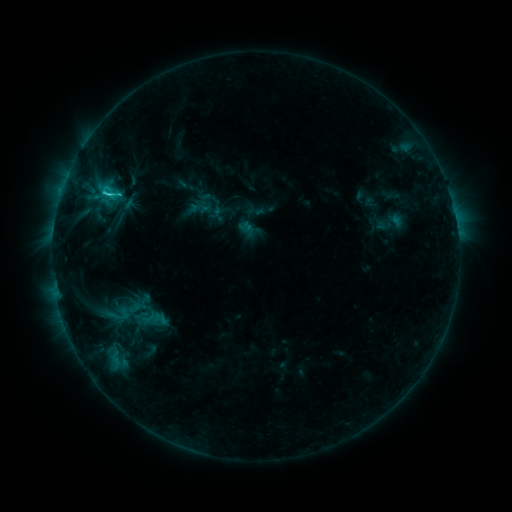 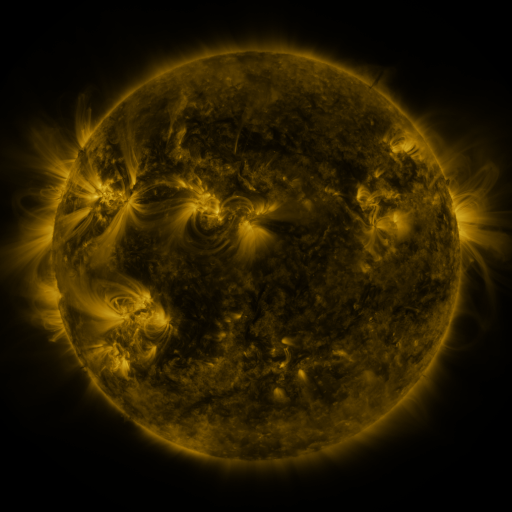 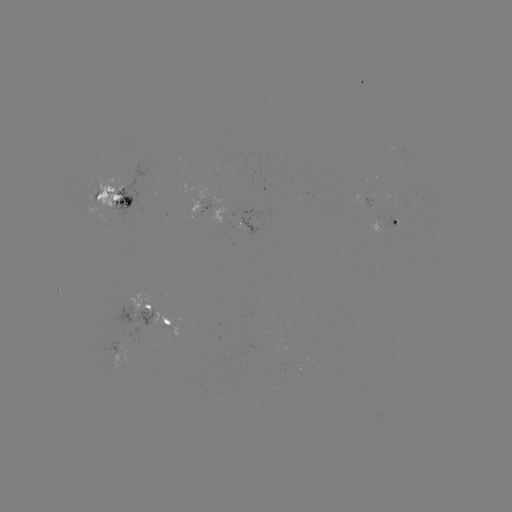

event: sigmoid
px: (109, 192)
